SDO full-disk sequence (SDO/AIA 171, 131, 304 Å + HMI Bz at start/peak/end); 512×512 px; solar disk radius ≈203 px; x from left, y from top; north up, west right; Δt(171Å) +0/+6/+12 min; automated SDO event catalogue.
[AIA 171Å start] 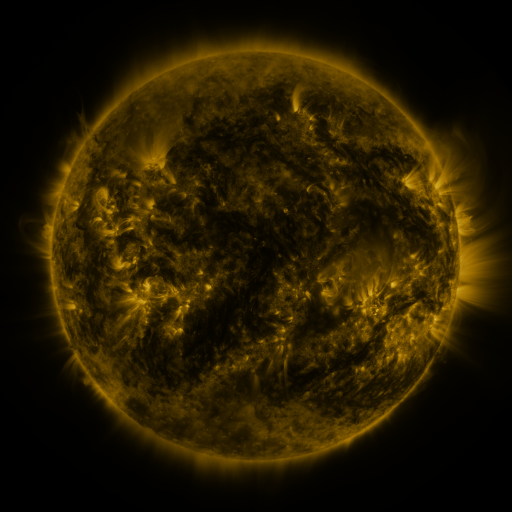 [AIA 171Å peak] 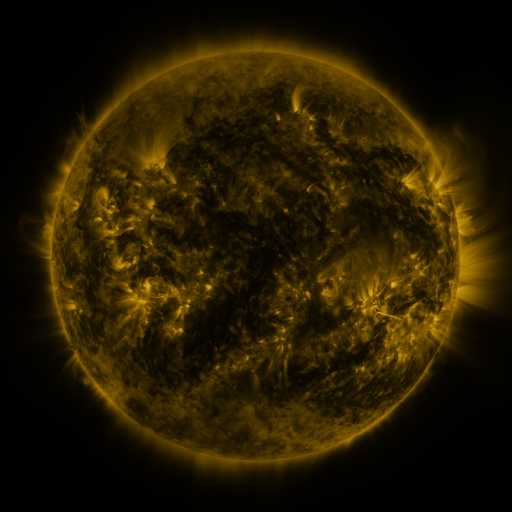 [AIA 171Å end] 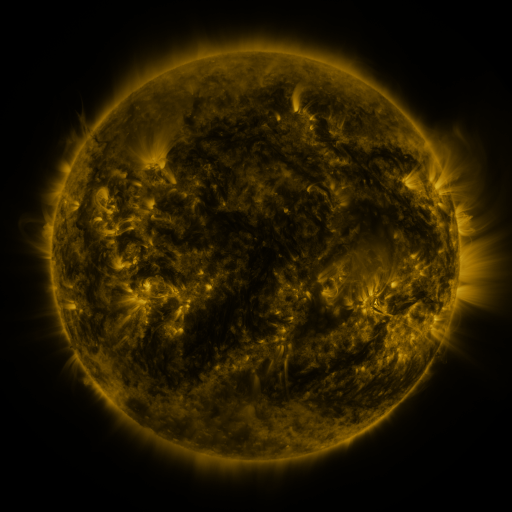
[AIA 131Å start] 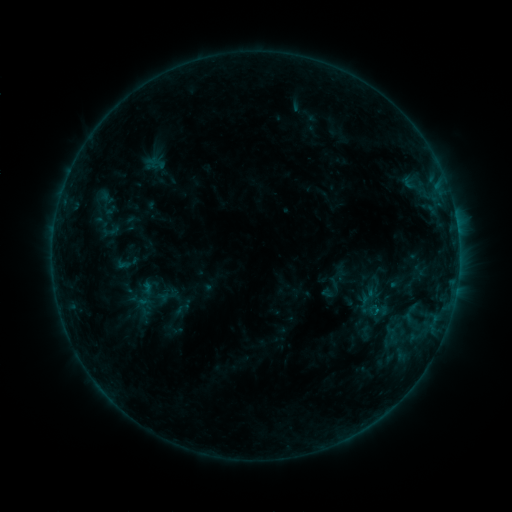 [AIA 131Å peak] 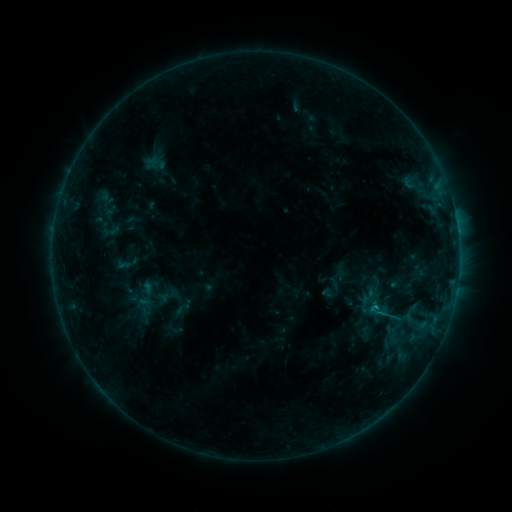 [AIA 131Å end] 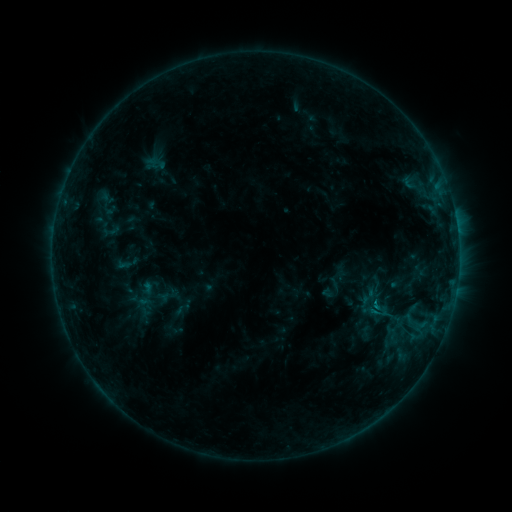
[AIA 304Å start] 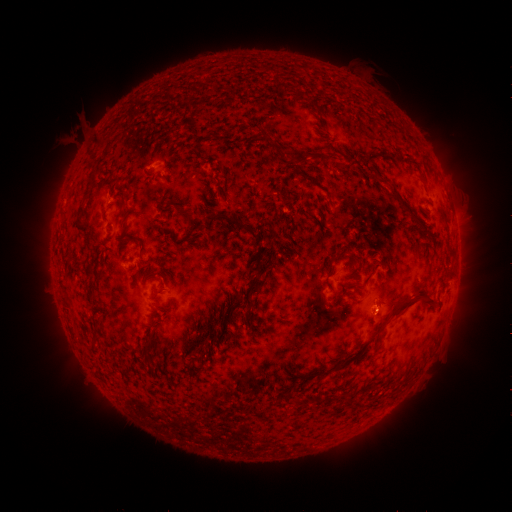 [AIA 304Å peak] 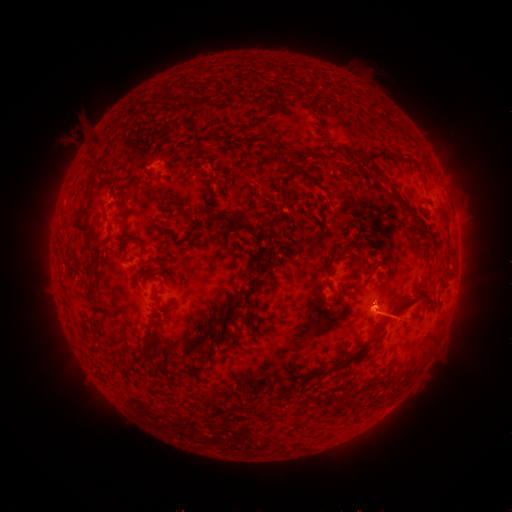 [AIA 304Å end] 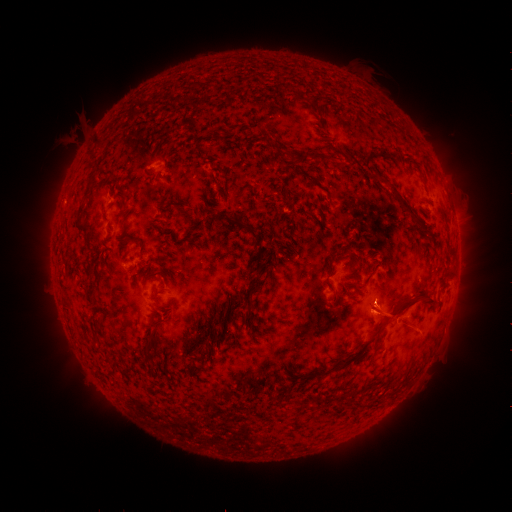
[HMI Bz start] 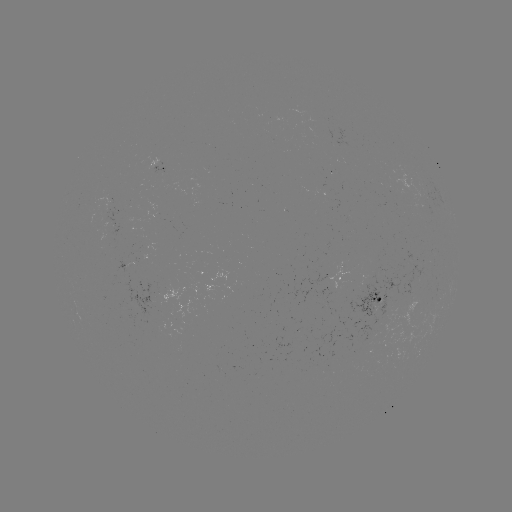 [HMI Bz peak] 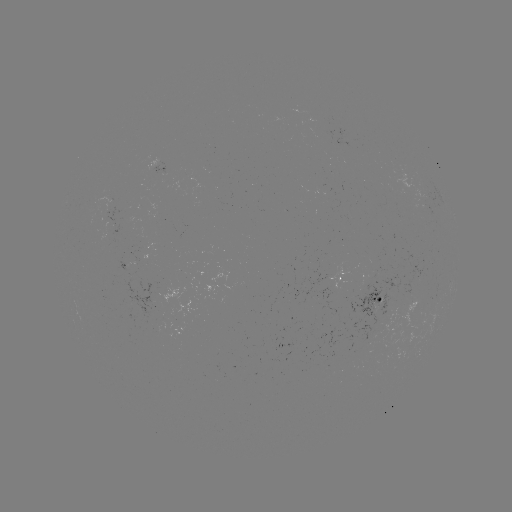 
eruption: (335, 287, 416, 344)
